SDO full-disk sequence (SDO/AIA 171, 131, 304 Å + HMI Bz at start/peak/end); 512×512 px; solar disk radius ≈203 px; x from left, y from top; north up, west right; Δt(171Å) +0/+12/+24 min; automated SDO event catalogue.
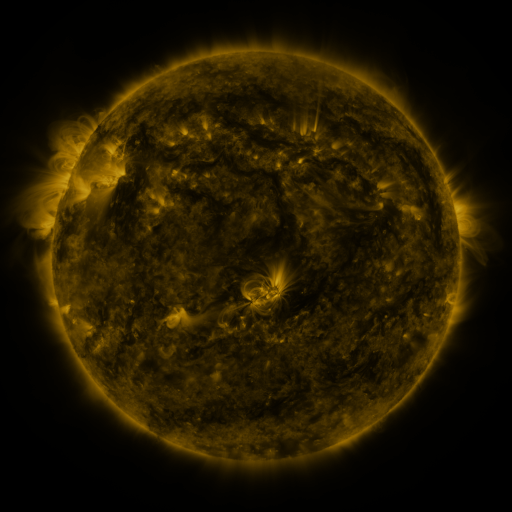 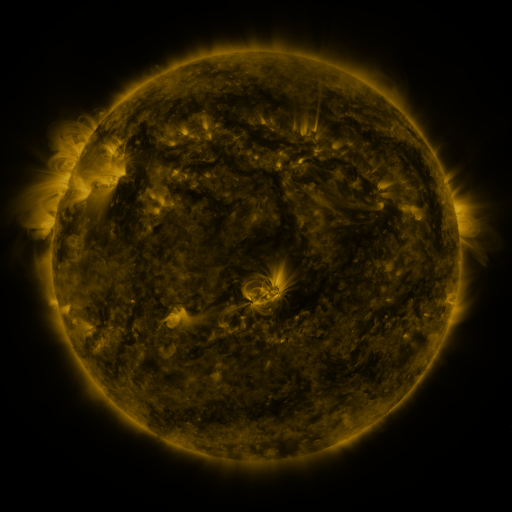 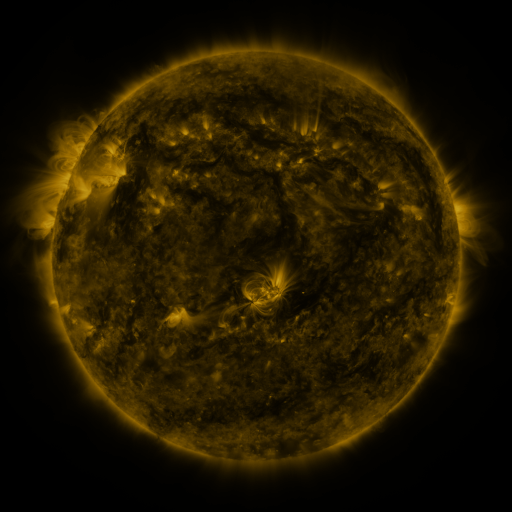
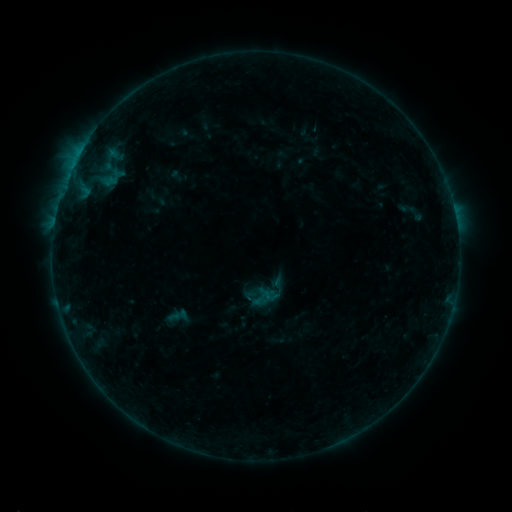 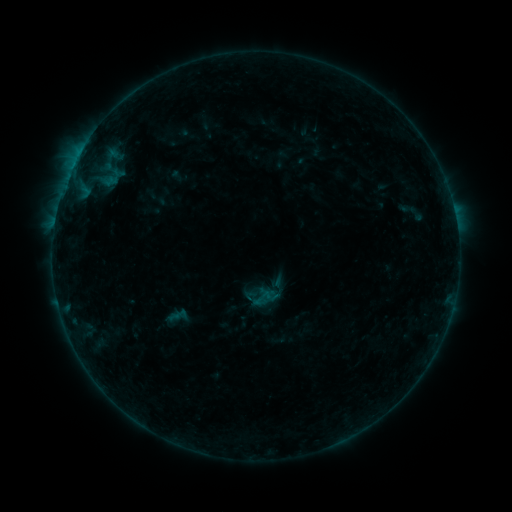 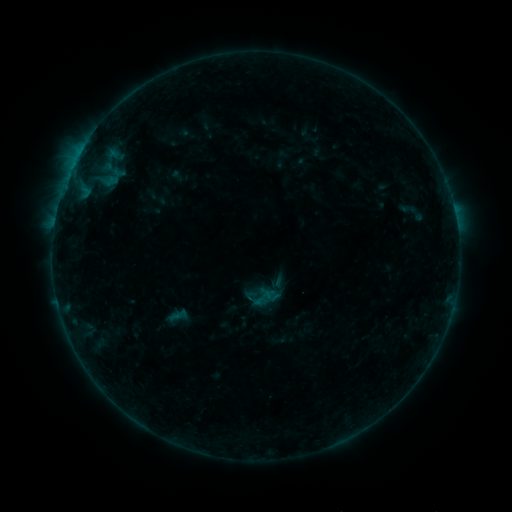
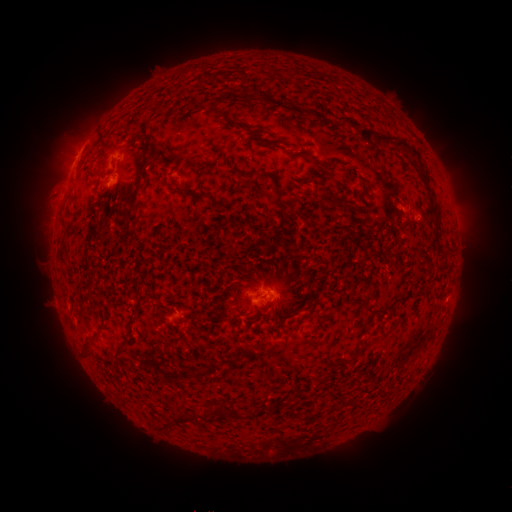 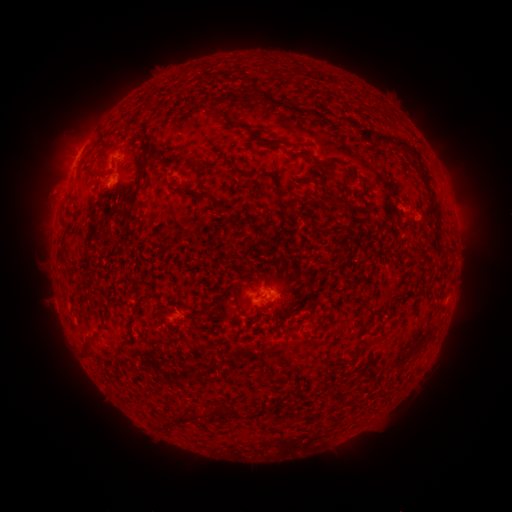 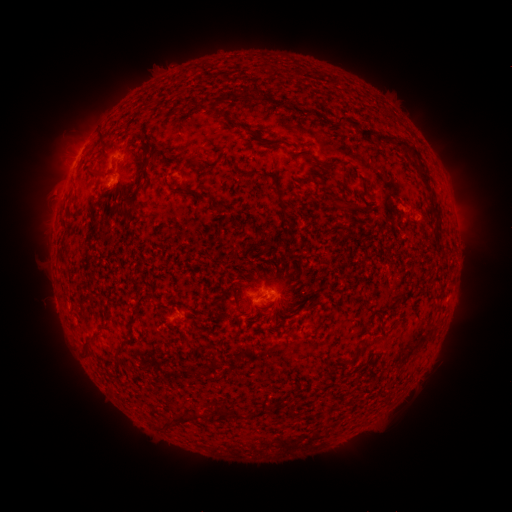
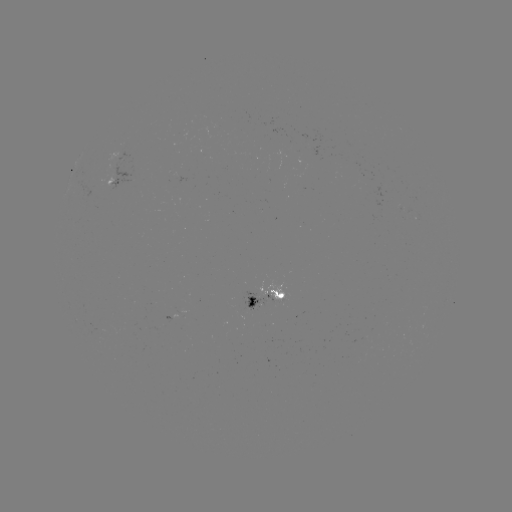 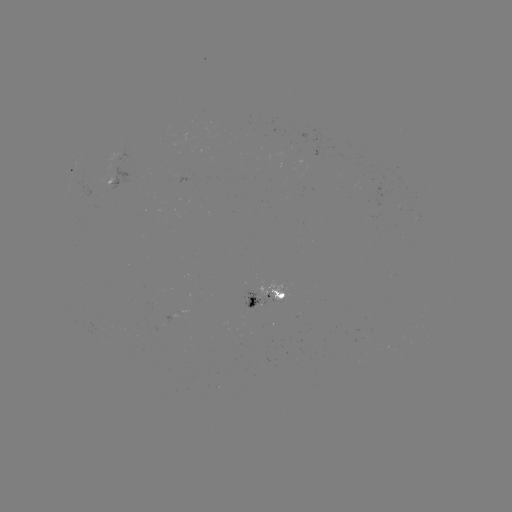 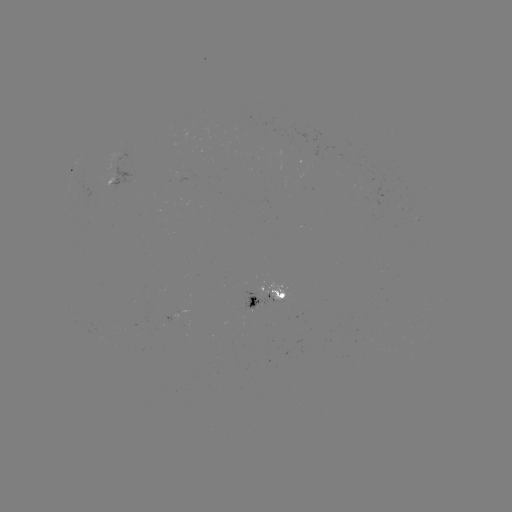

no classed flare was catalogued and no EUV brightening was flagged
